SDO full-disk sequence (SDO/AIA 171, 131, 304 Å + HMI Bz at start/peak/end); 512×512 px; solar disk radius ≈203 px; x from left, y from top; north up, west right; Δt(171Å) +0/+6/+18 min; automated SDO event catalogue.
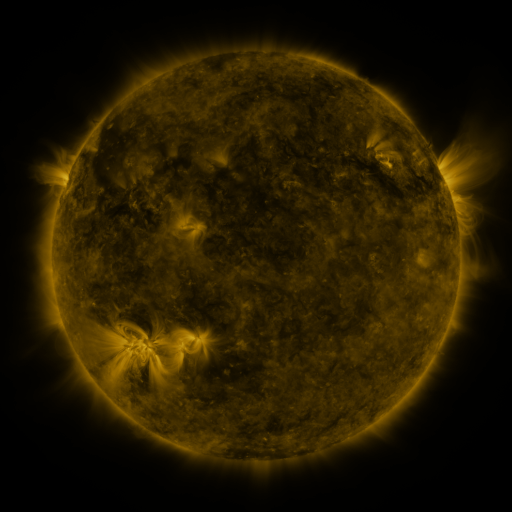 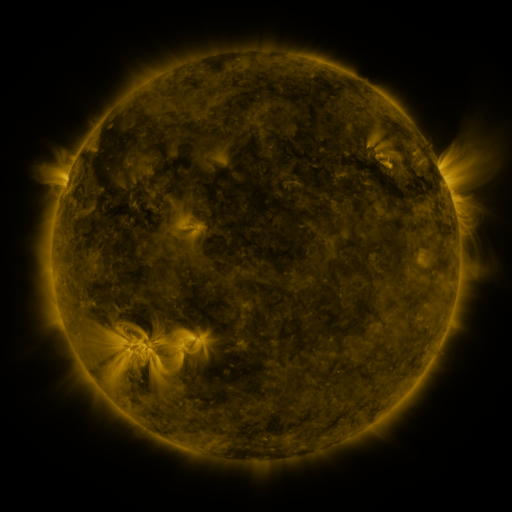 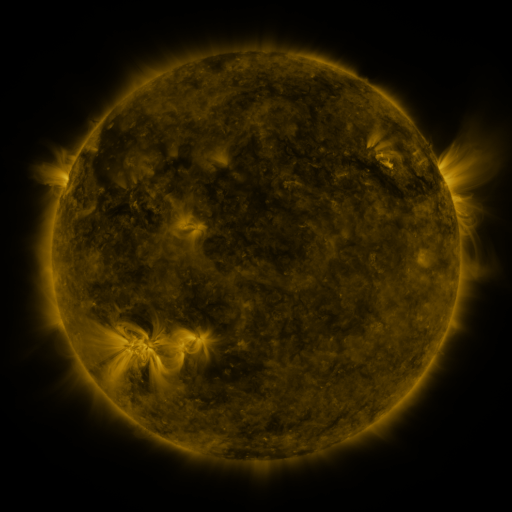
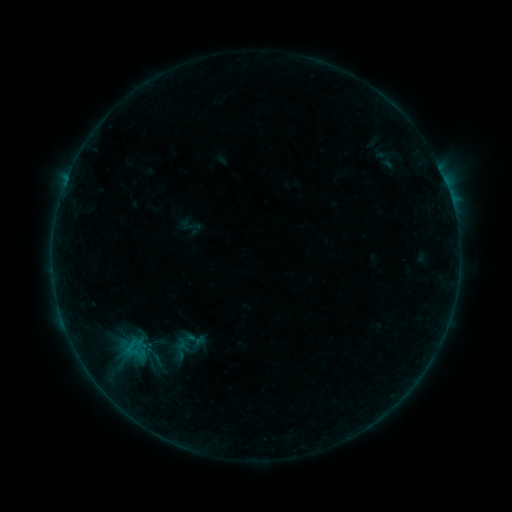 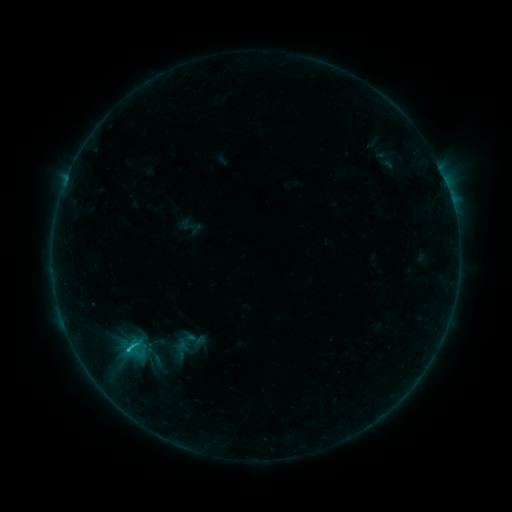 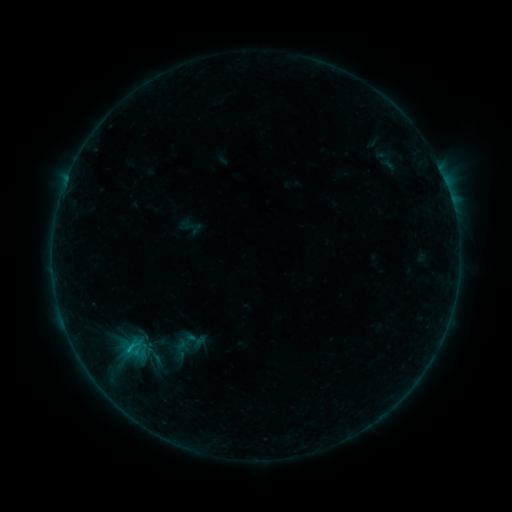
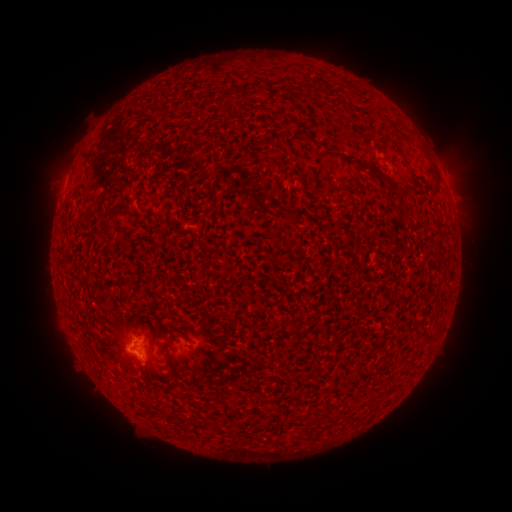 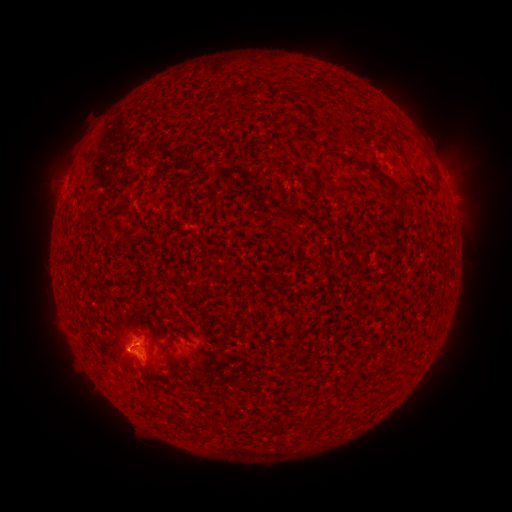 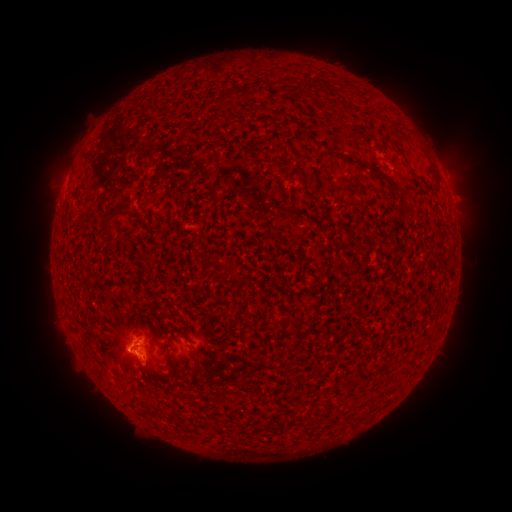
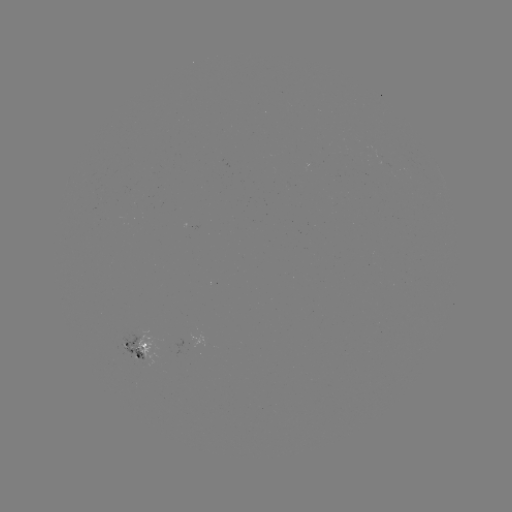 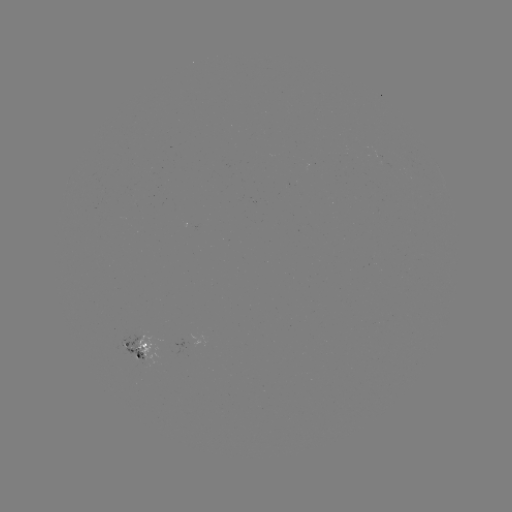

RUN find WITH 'B8.4 flare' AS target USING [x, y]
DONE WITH [137, 348] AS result